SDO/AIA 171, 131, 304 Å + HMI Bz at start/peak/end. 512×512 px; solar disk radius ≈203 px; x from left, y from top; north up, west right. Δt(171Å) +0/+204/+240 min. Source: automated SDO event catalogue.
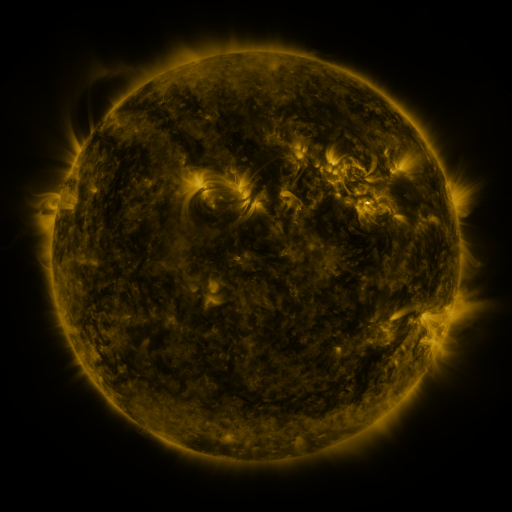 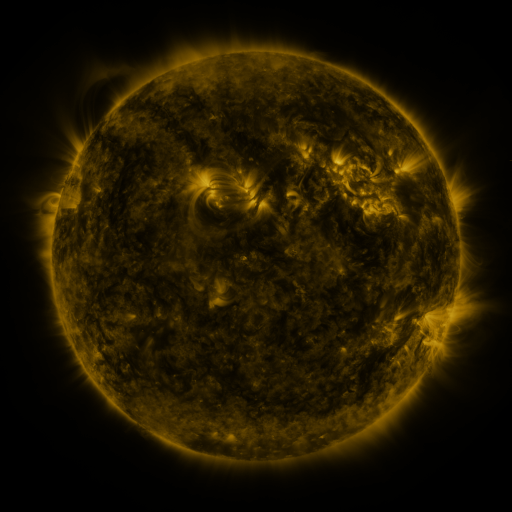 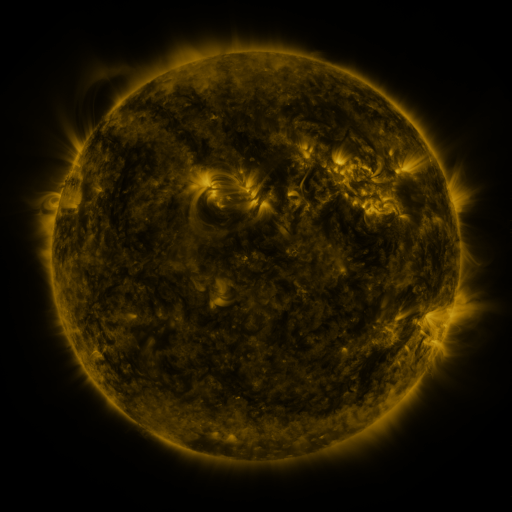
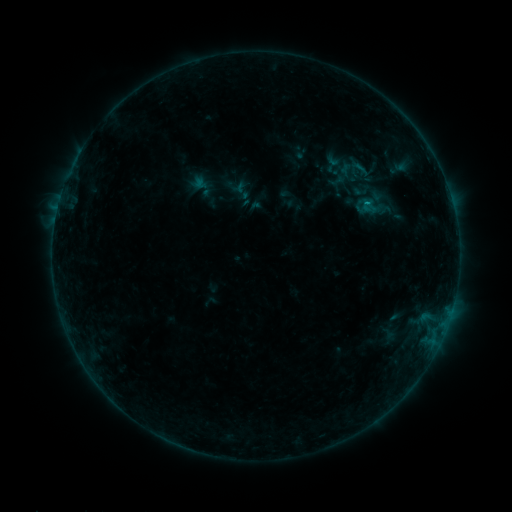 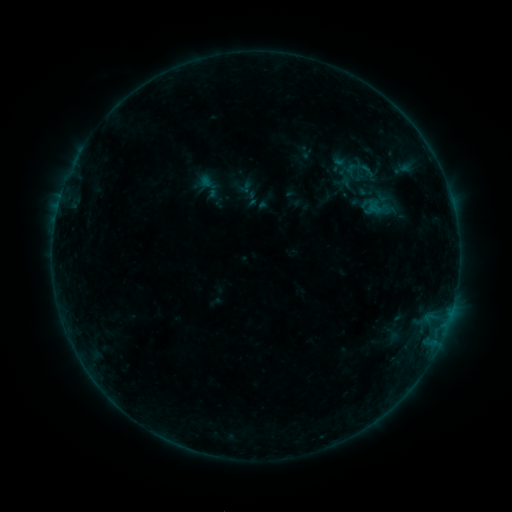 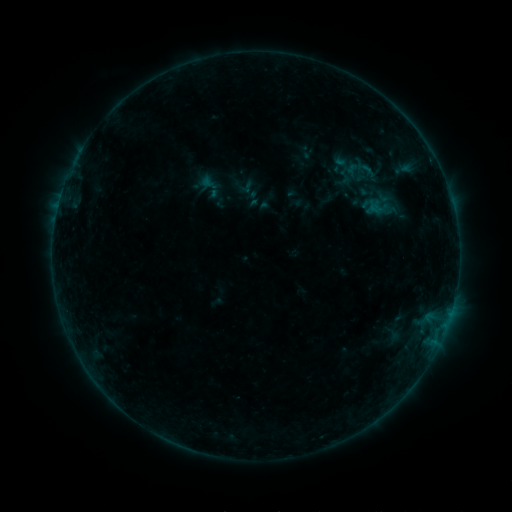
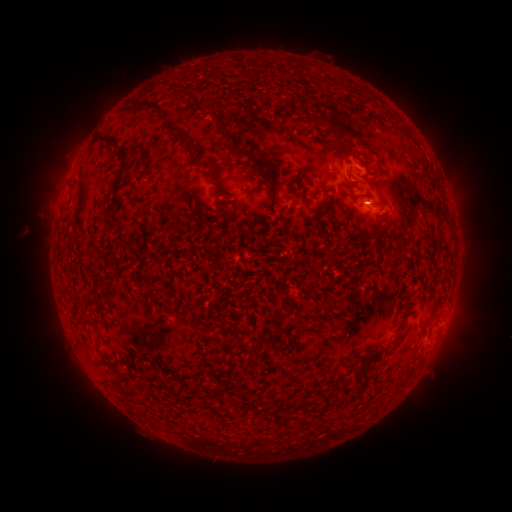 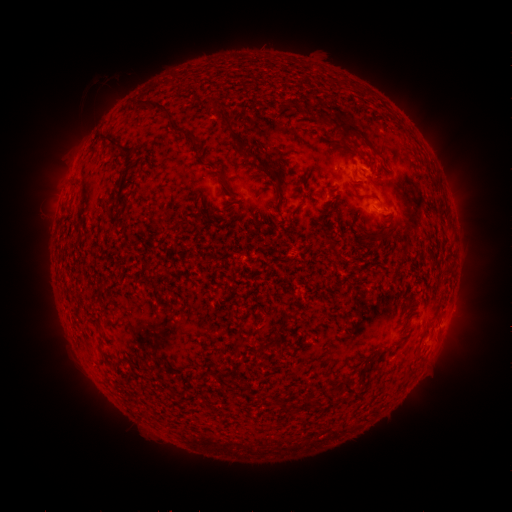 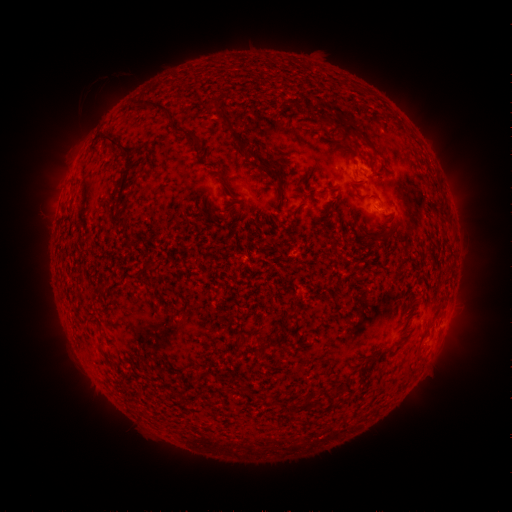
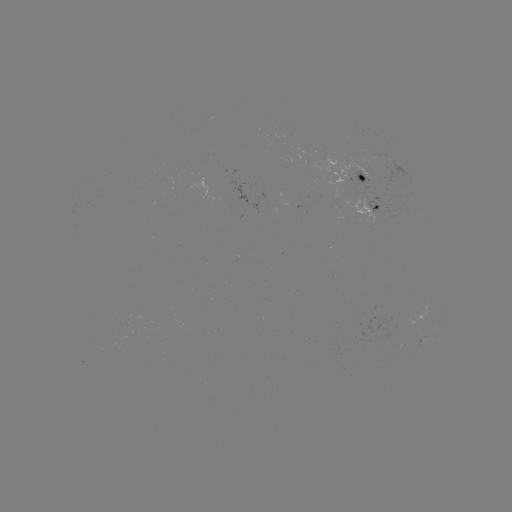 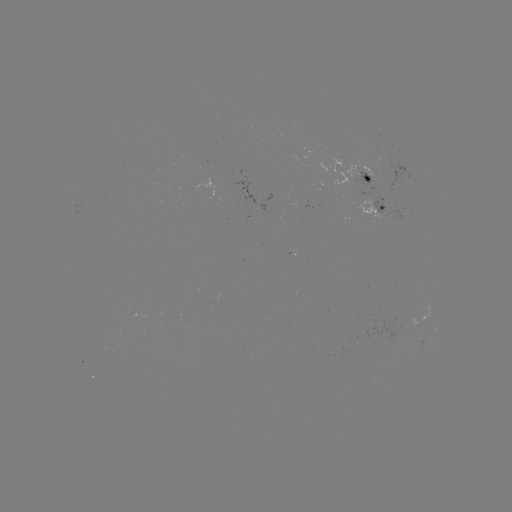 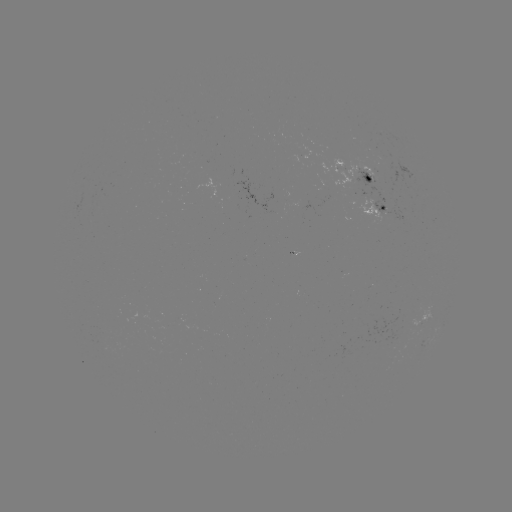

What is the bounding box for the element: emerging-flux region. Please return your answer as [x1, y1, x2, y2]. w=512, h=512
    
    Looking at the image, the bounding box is [327, 158, 354, 190].